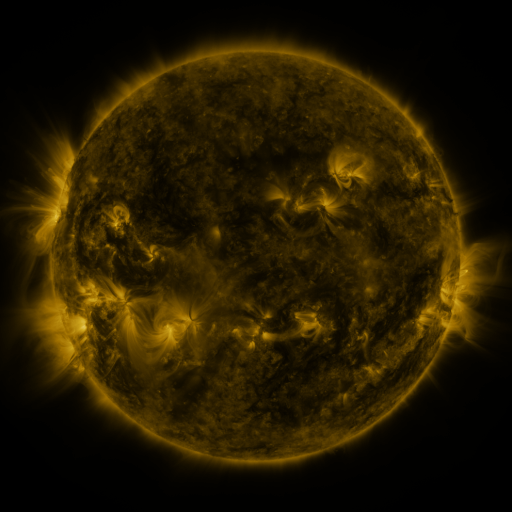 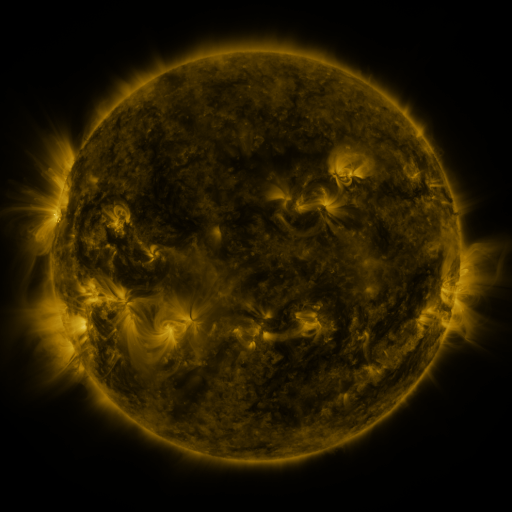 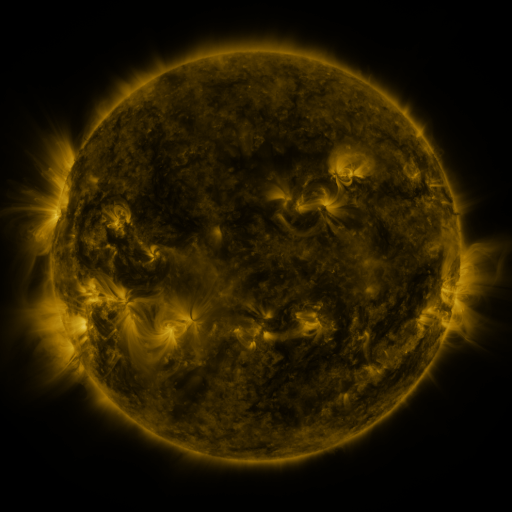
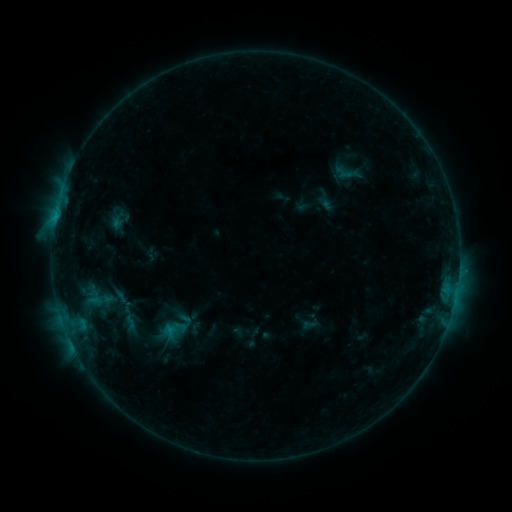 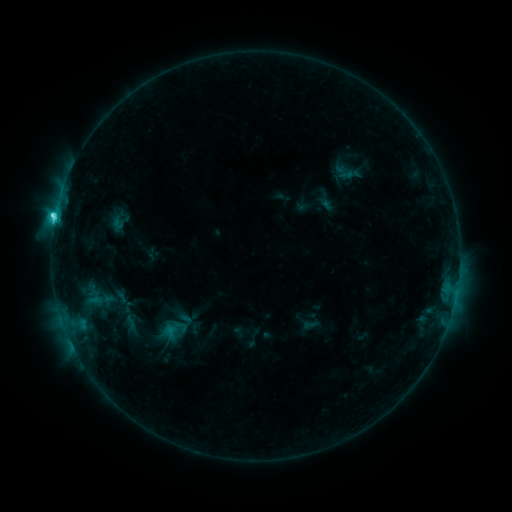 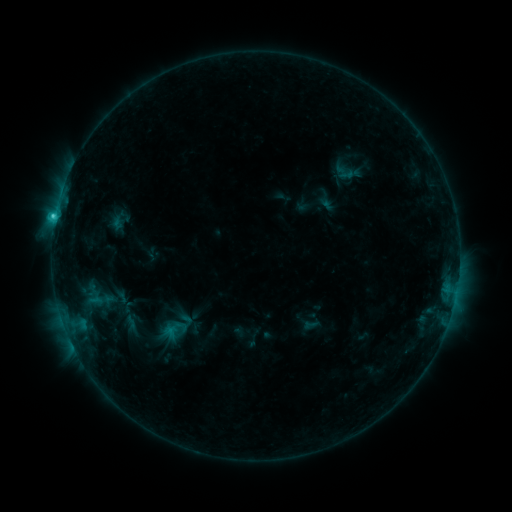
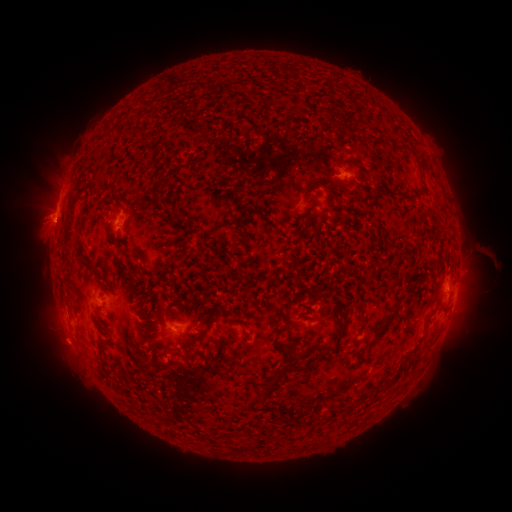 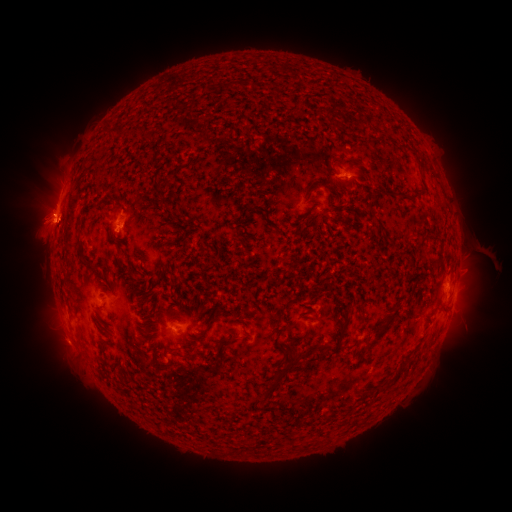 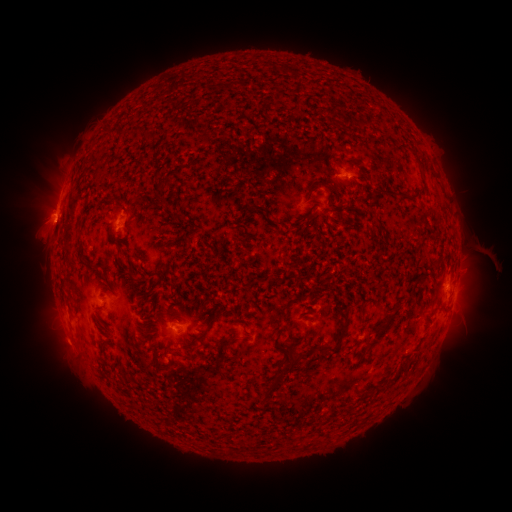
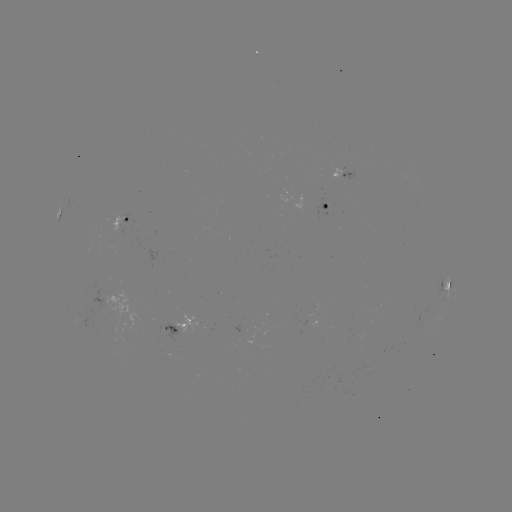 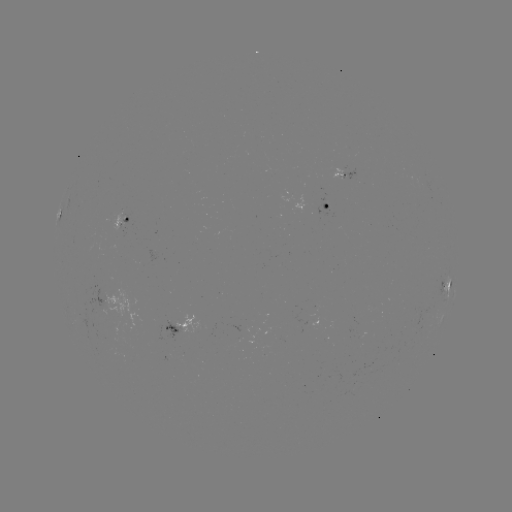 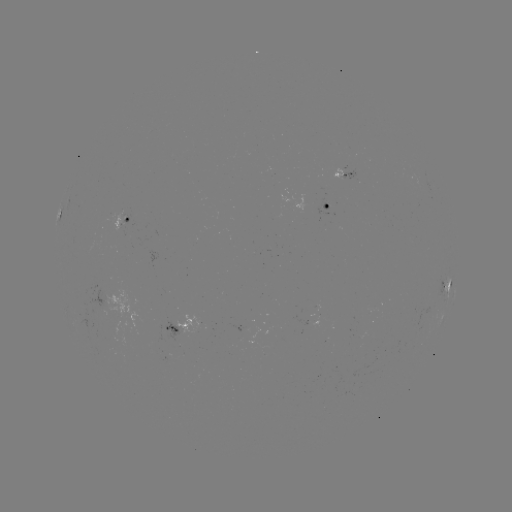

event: flare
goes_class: C3.1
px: (56, 217)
